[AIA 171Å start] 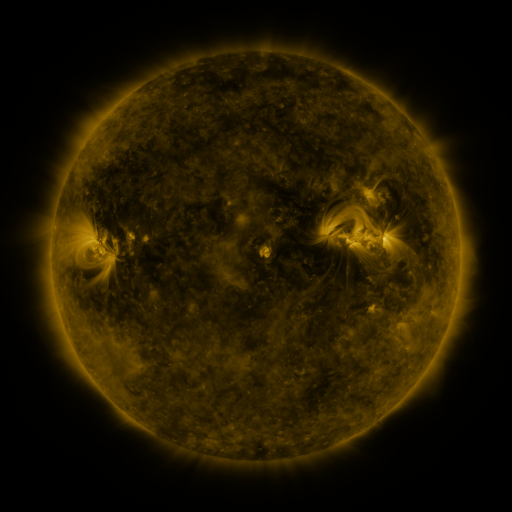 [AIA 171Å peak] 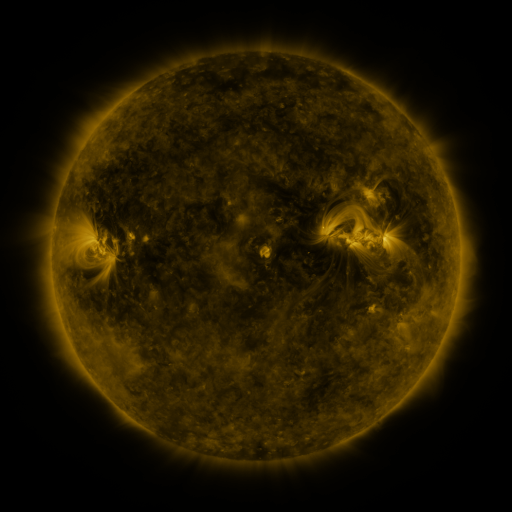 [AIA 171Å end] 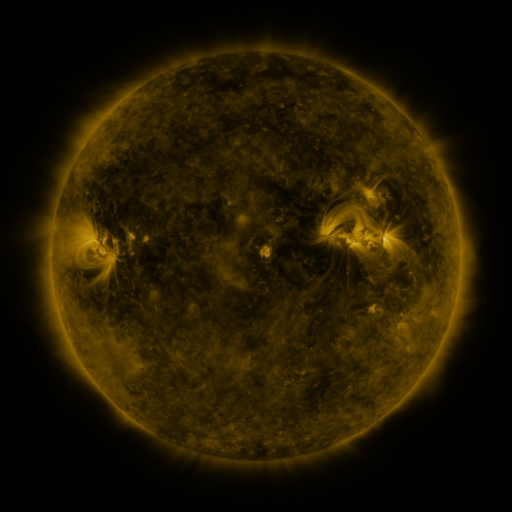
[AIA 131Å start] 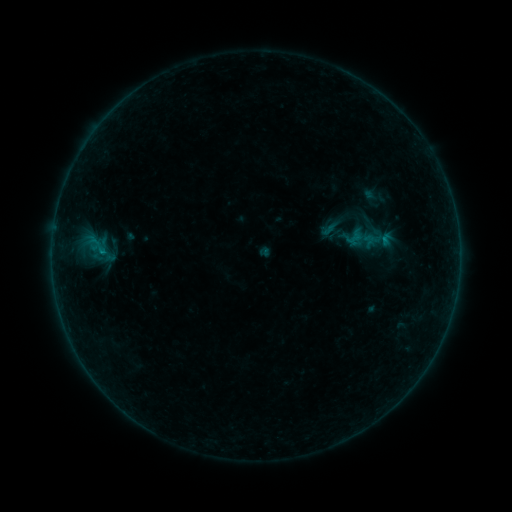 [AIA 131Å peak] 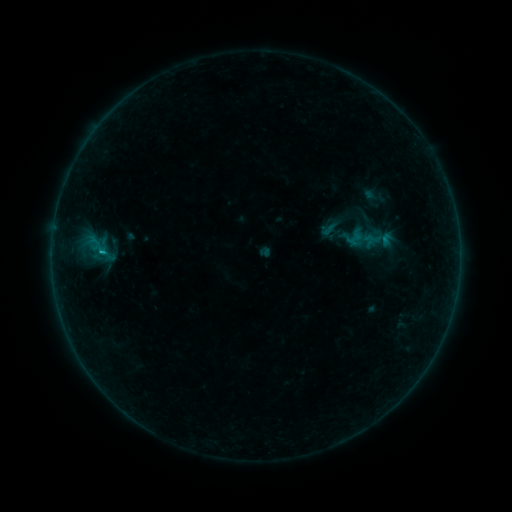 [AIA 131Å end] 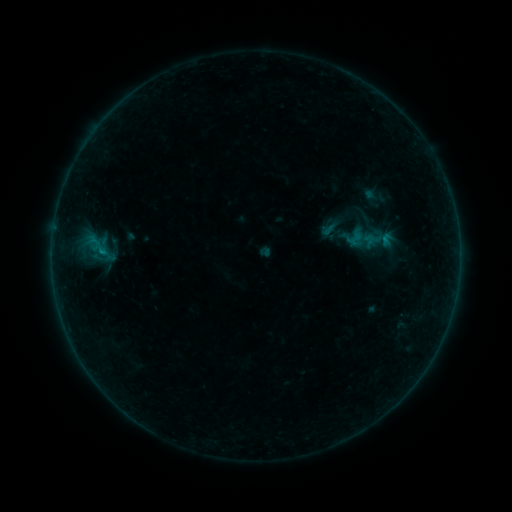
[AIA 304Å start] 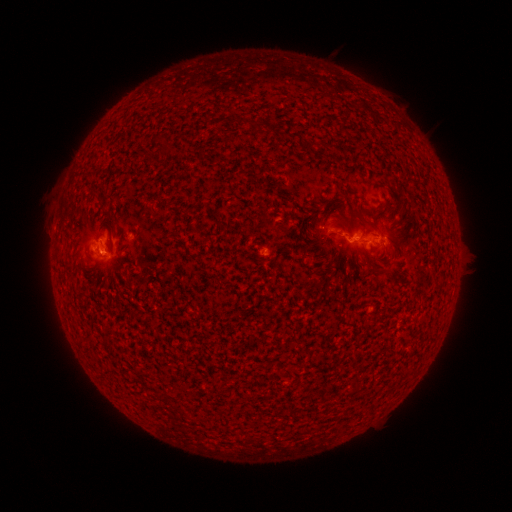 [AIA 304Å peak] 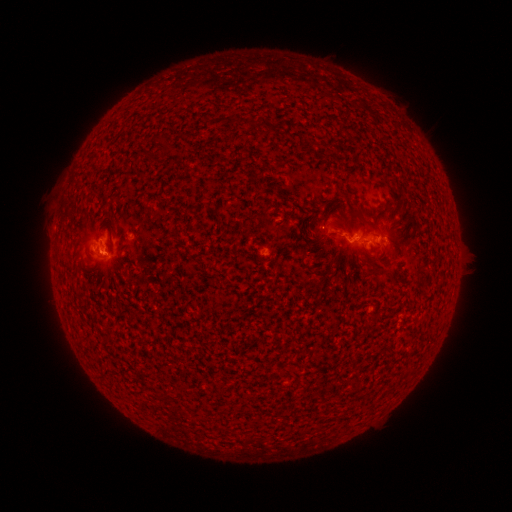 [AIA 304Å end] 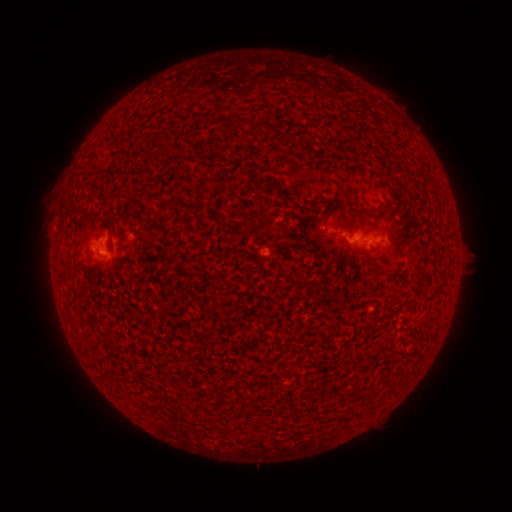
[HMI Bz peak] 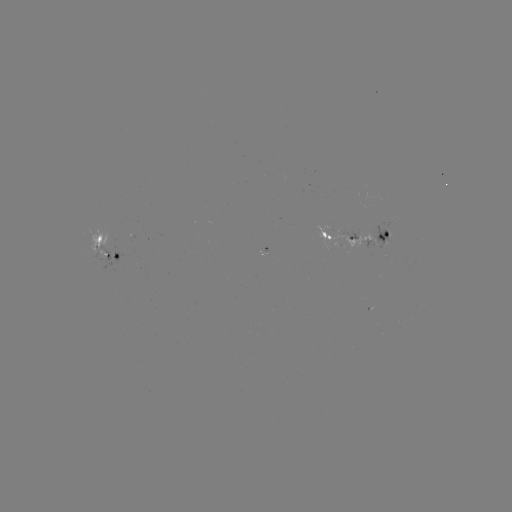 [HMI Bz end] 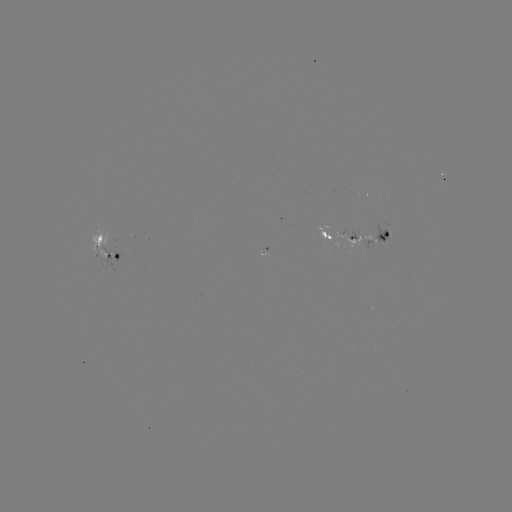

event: flare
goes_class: B4.0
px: (105, 254)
